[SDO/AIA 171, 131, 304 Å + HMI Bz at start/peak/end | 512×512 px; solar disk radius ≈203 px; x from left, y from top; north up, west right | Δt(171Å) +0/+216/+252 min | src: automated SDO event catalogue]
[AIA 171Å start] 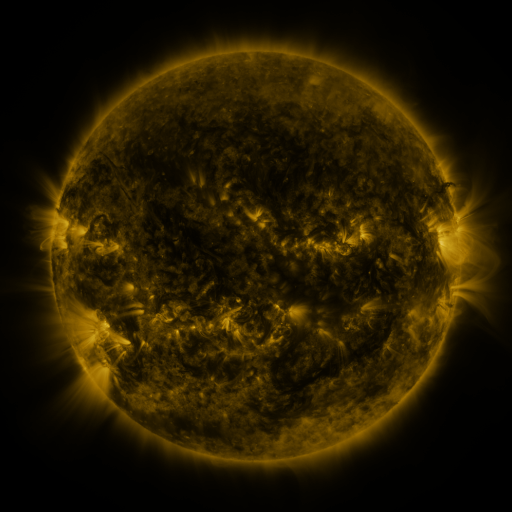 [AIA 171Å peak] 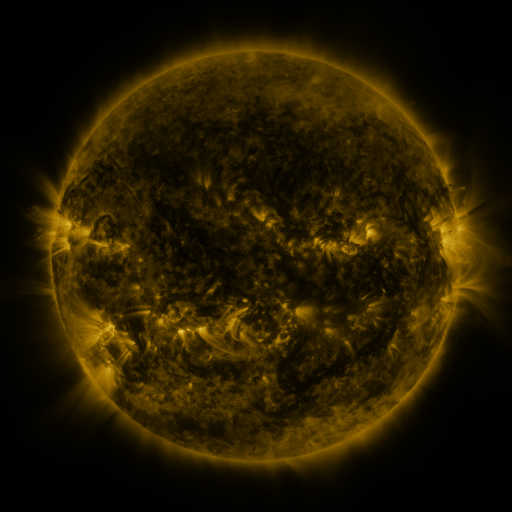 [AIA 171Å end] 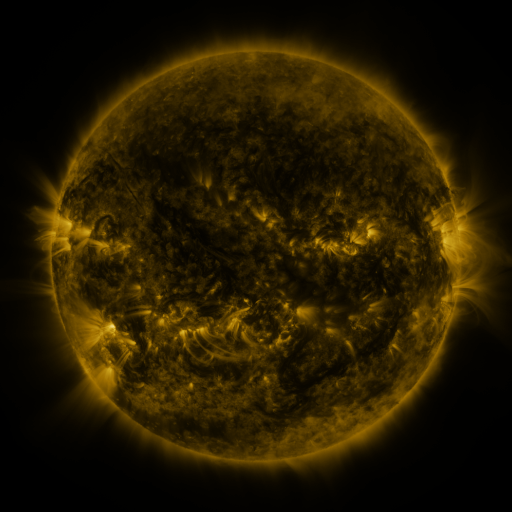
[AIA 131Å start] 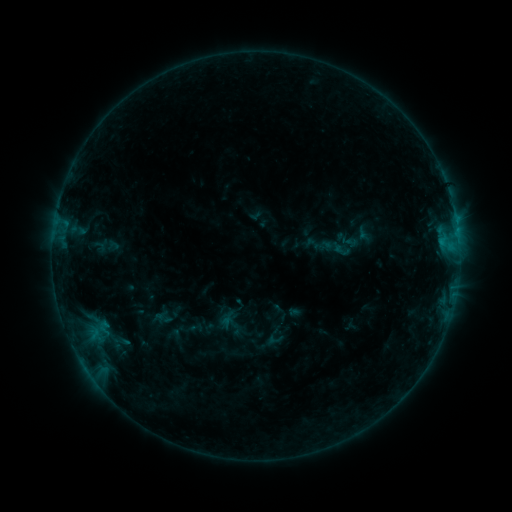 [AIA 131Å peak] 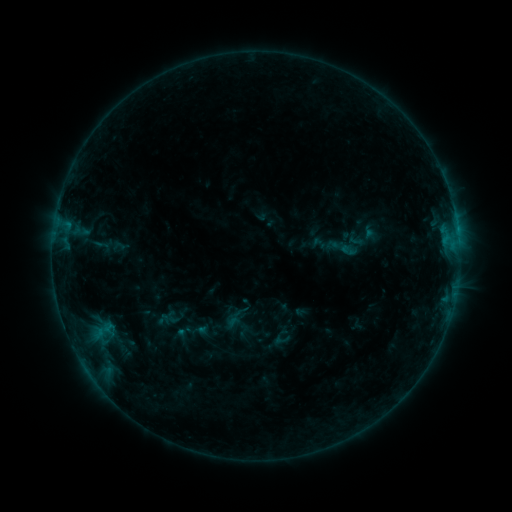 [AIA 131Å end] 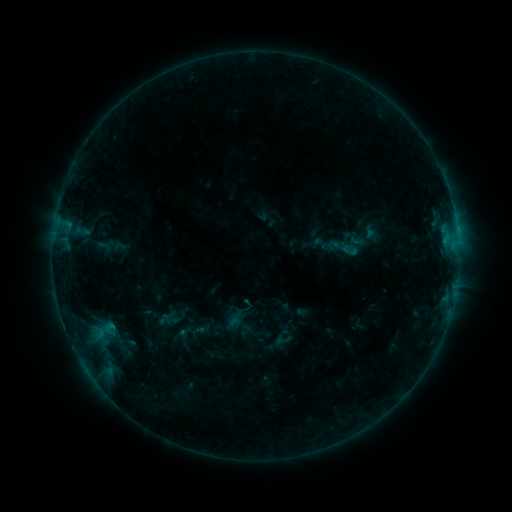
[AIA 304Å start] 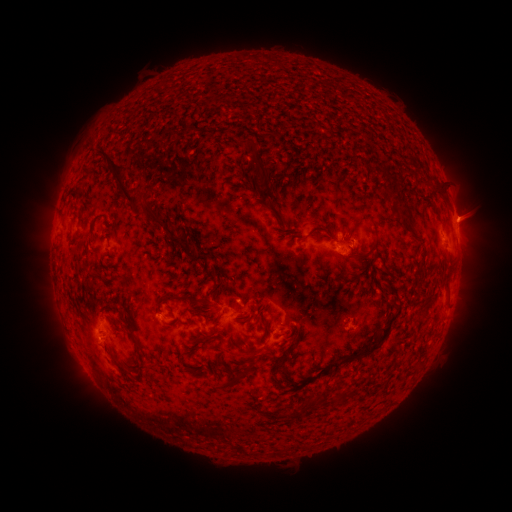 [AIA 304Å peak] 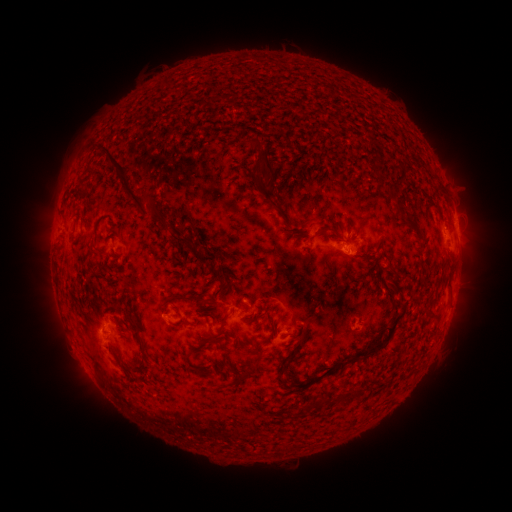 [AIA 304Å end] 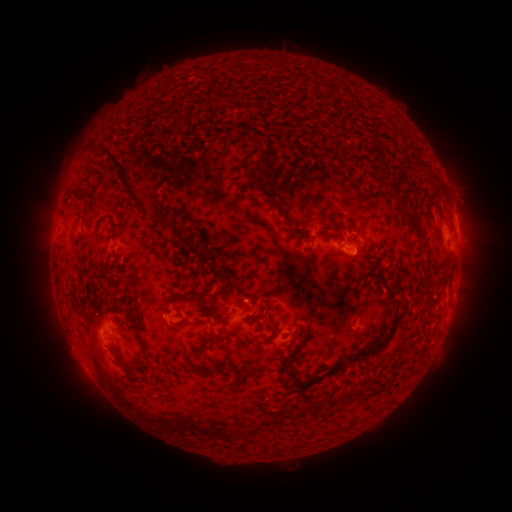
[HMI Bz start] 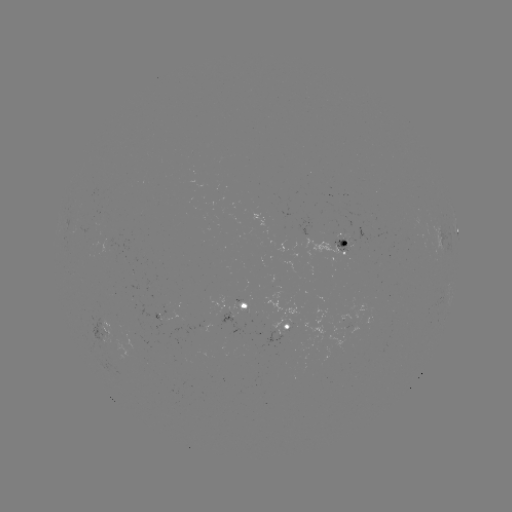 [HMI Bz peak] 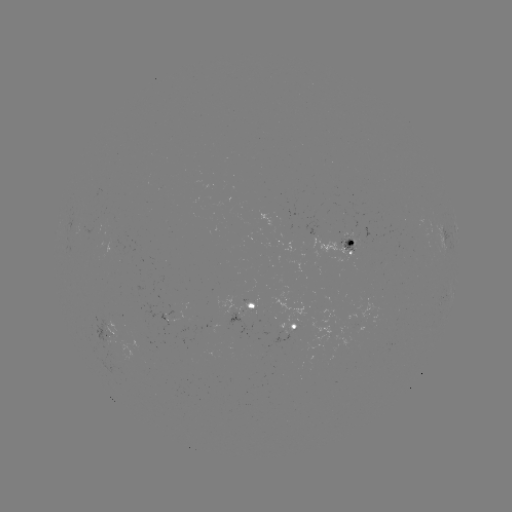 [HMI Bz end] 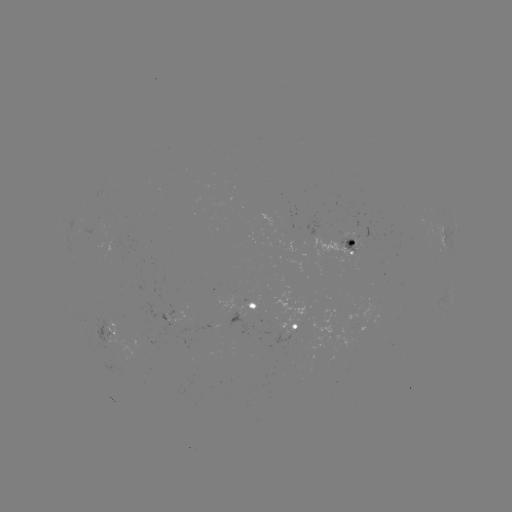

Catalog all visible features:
emerging-flux region: (353, 242)
